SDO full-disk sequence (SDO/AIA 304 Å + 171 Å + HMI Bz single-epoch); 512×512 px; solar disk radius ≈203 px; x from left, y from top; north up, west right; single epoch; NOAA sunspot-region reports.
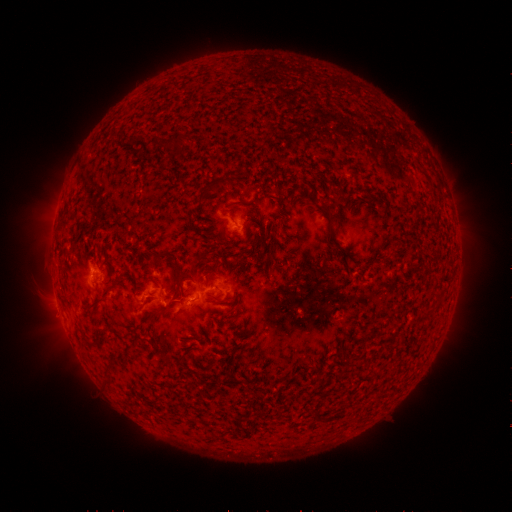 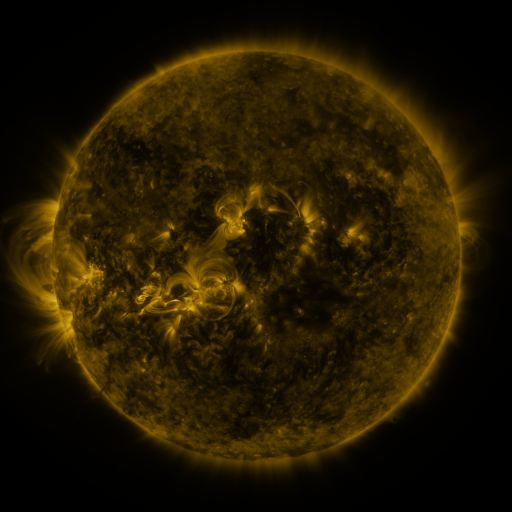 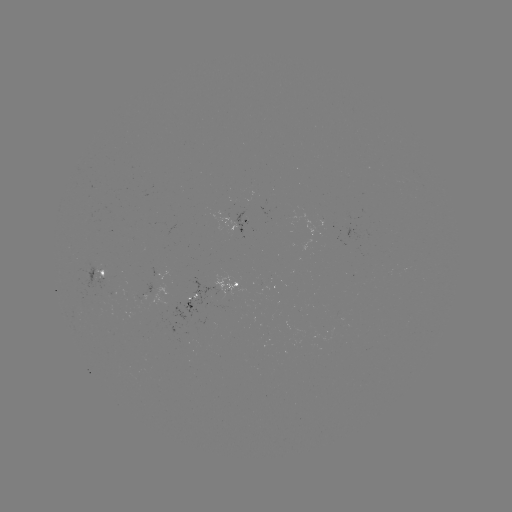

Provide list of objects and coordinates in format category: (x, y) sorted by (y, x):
spotted active region: (248, 227)
spotted active region: (100, 273)
spotted active region: (234, 287)
spotted active region: (194, 301)
